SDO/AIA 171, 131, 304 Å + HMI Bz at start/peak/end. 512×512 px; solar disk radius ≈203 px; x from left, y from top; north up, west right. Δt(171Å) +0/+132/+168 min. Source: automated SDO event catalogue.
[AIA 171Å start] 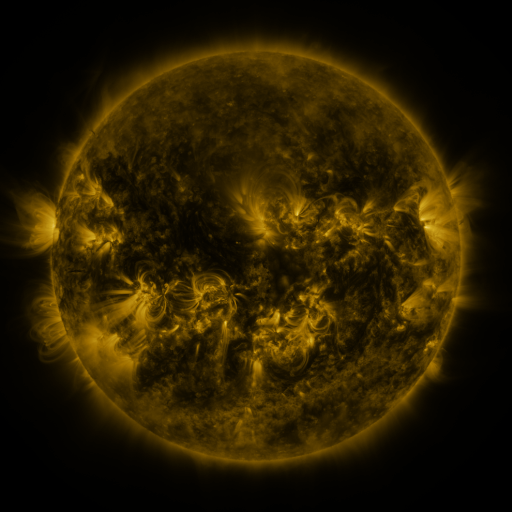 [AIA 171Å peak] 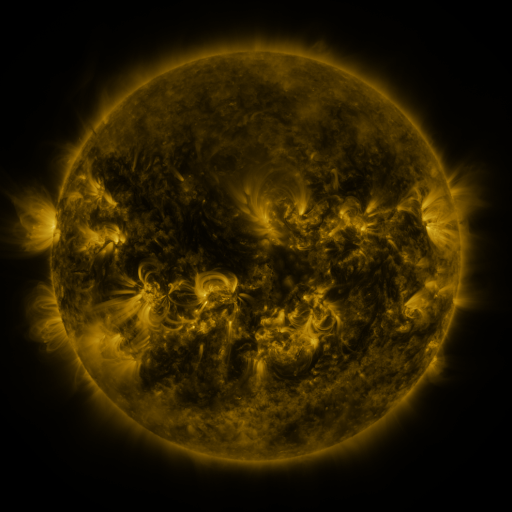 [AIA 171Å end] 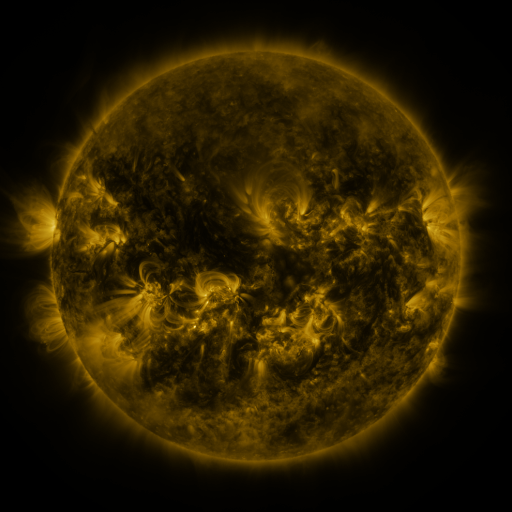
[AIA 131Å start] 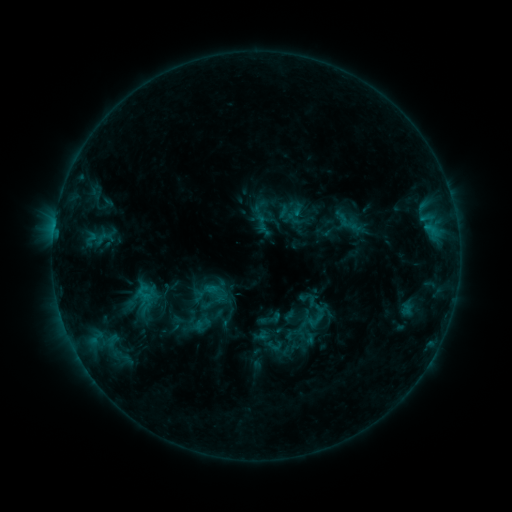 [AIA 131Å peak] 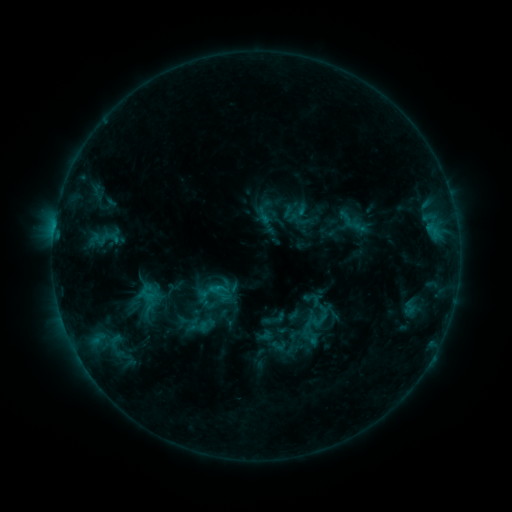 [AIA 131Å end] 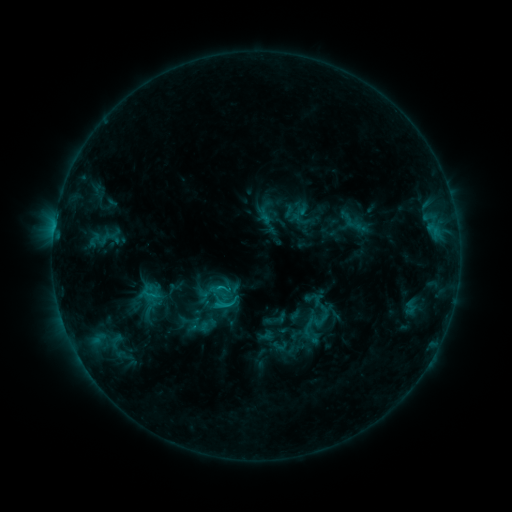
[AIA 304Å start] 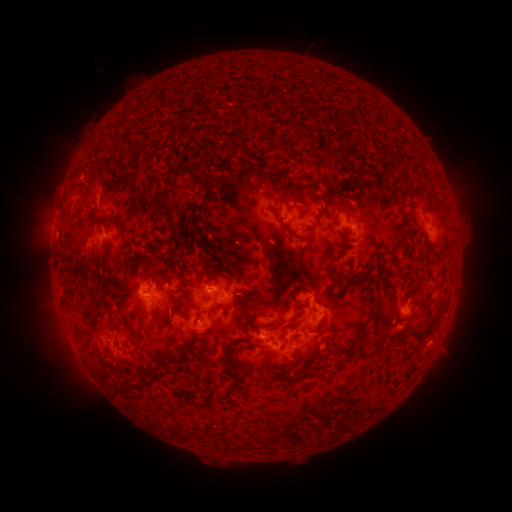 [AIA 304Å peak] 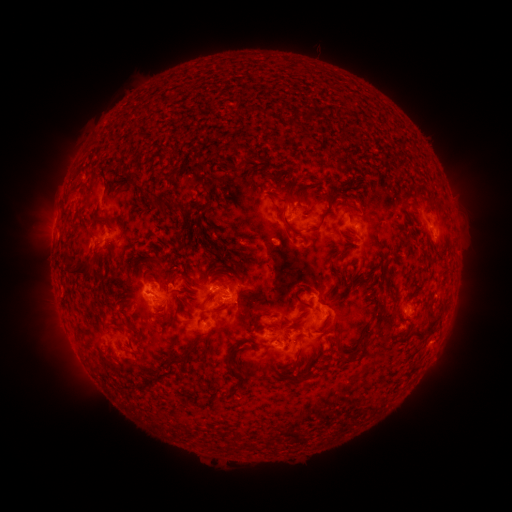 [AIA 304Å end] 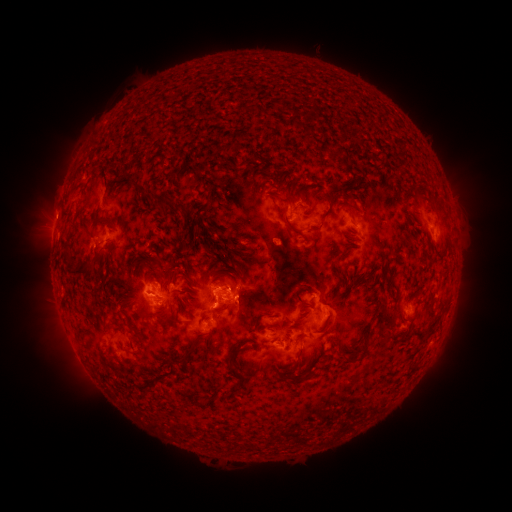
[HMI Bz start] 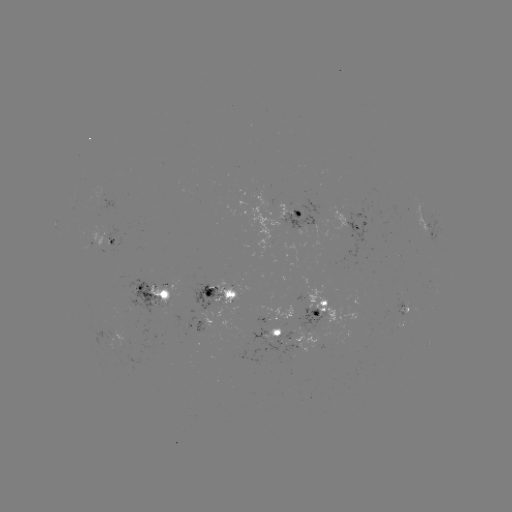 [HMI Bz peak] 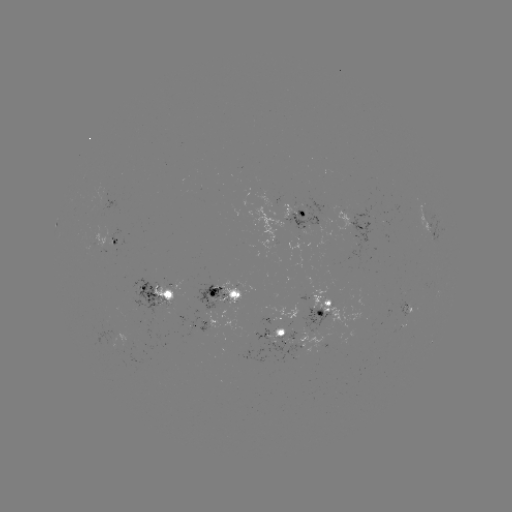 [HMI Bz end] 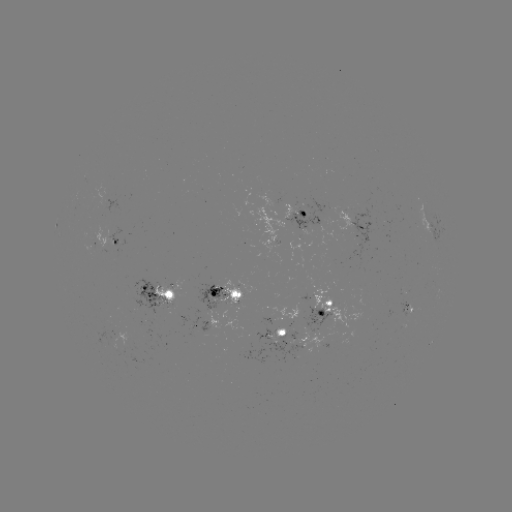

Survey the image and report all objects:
emerging-flux region: (204, 330)
